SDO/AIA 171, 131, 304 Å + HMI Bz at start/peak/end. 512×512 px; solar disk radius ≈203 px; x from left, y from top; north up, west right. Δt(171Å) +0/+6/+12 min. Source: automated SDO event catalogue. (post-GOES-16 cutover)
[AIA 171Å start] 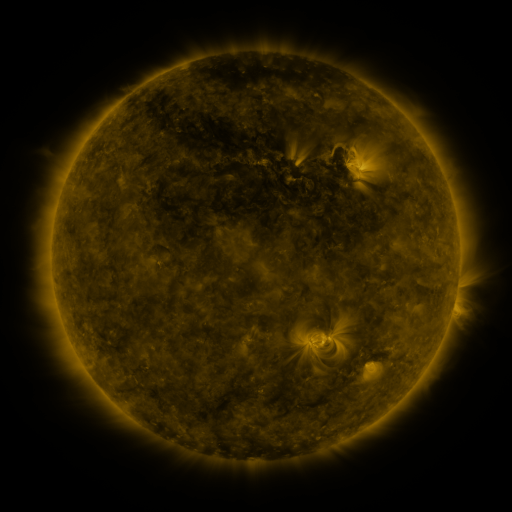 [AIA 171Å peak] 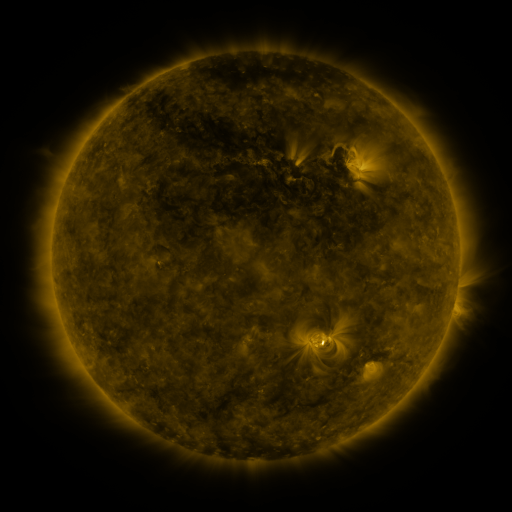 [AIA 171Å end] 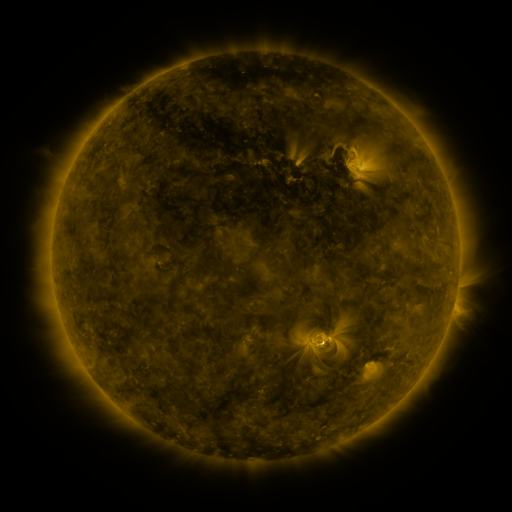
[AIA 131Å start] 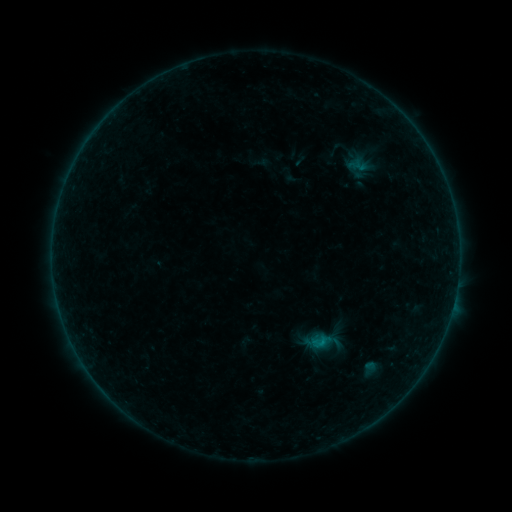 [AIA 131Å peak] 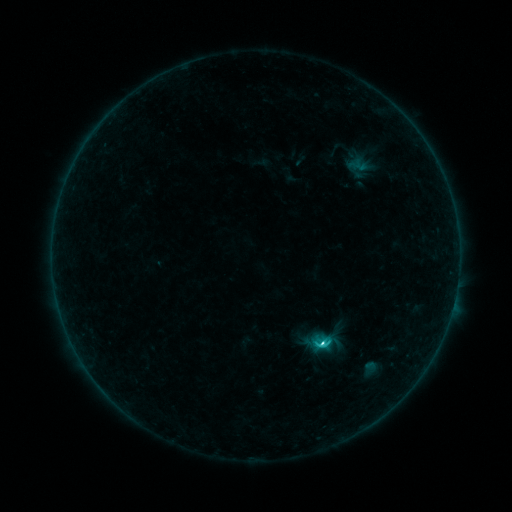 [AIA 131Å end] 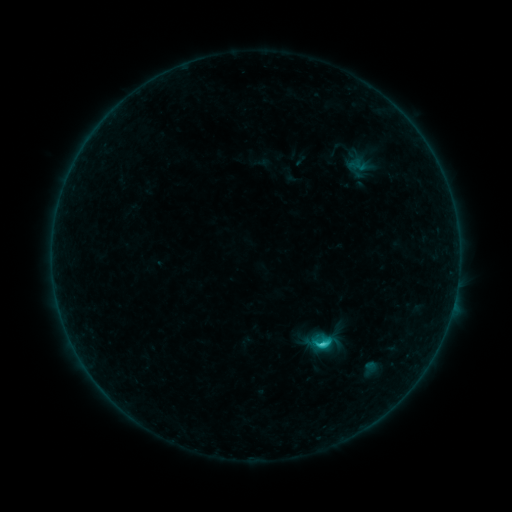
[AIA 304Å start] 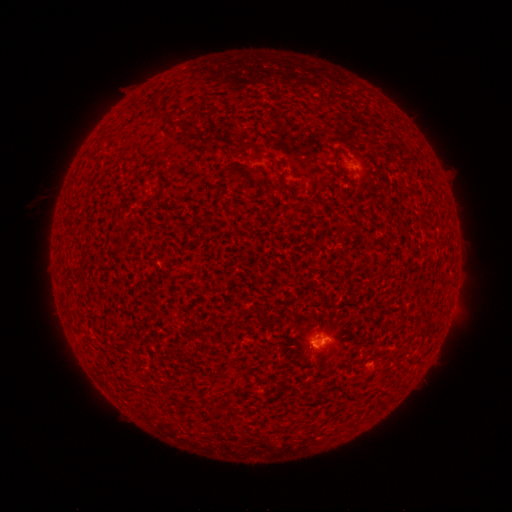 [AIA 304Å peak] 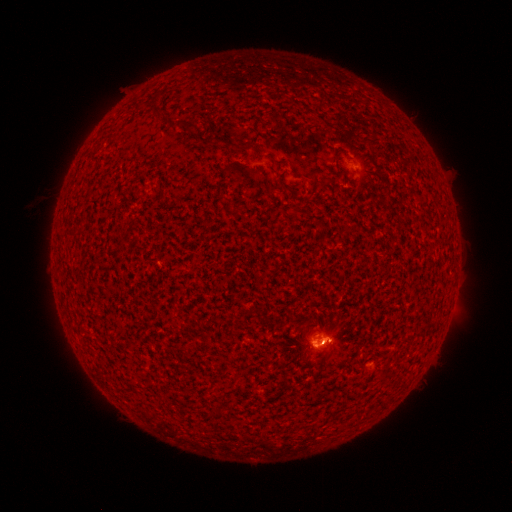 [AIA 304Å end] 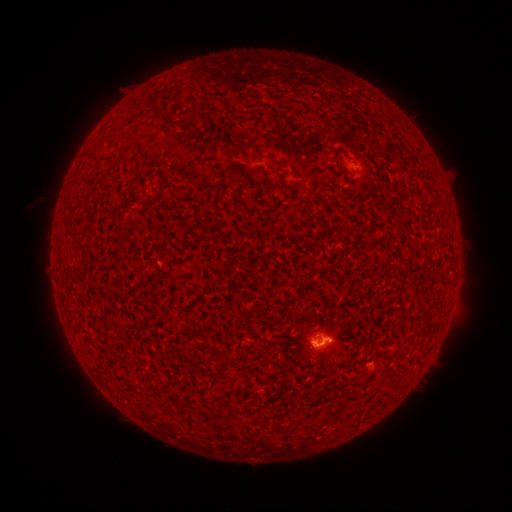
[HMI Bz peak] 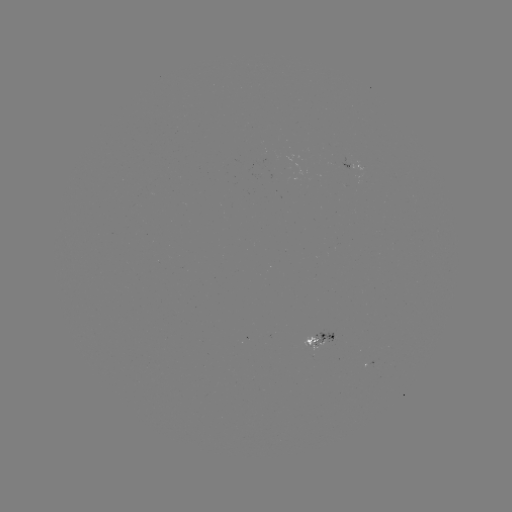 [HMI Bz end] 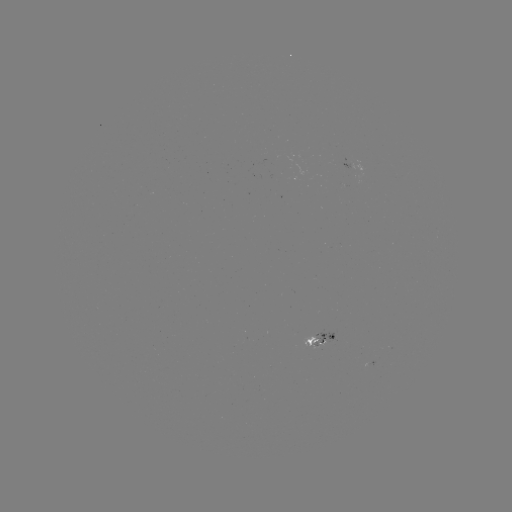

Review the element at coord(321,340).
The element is C4.3 flare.